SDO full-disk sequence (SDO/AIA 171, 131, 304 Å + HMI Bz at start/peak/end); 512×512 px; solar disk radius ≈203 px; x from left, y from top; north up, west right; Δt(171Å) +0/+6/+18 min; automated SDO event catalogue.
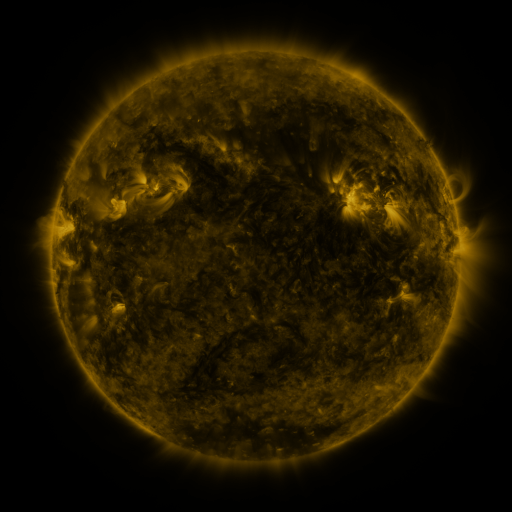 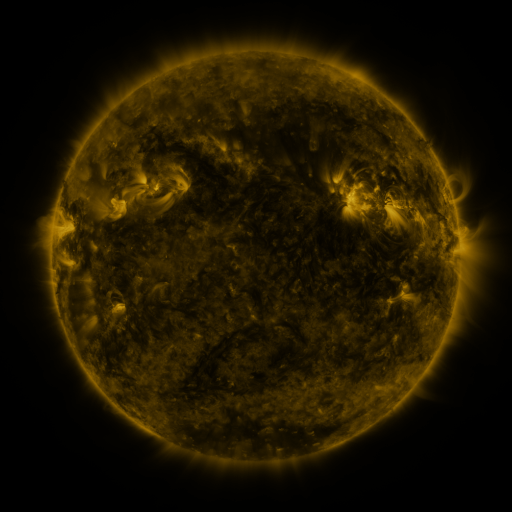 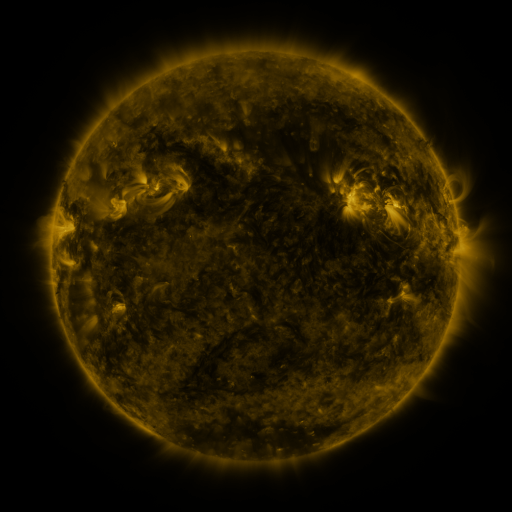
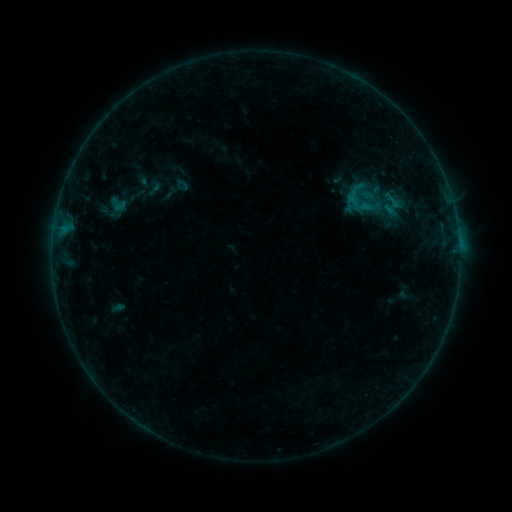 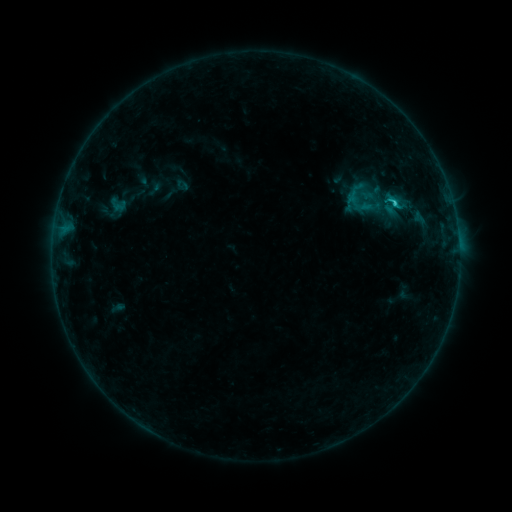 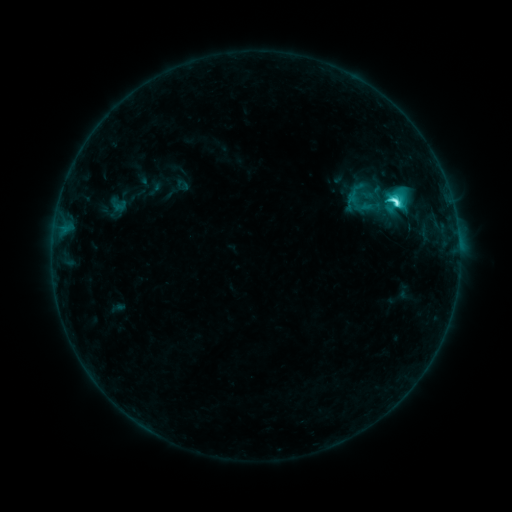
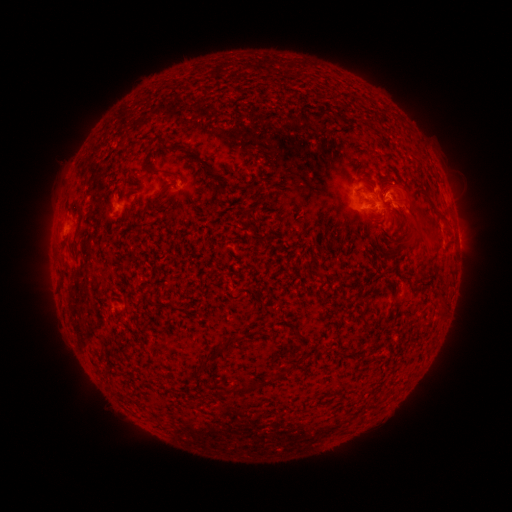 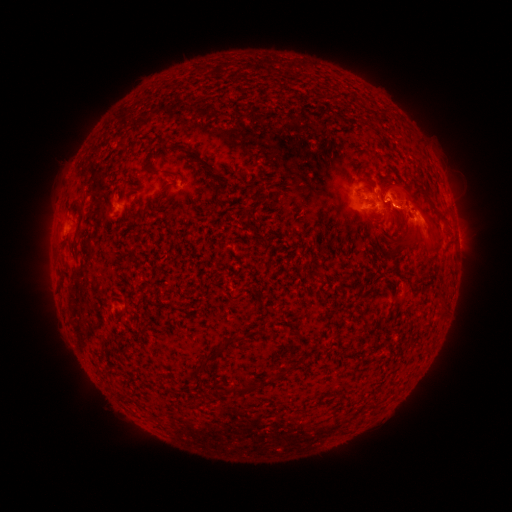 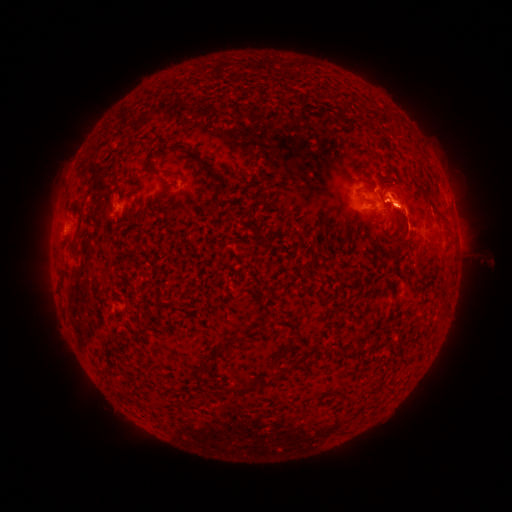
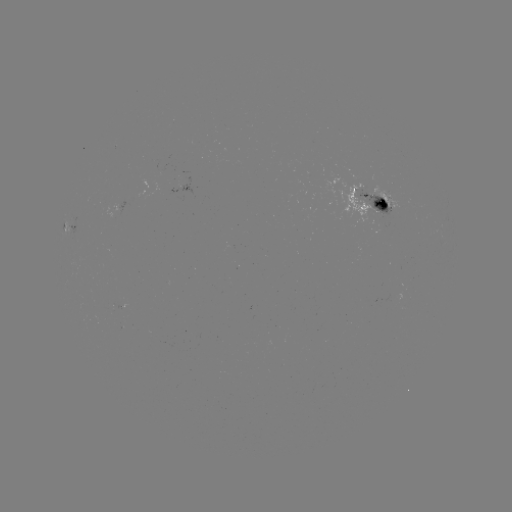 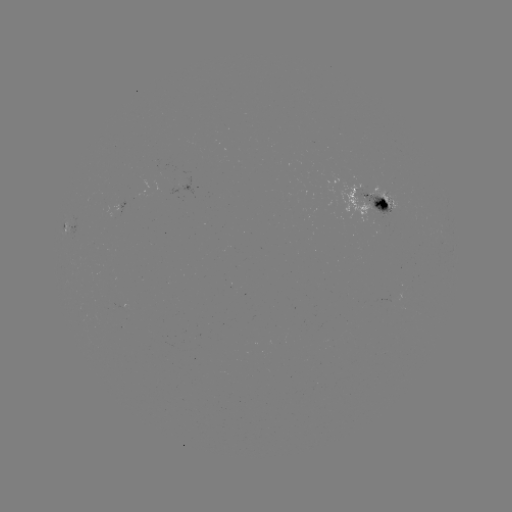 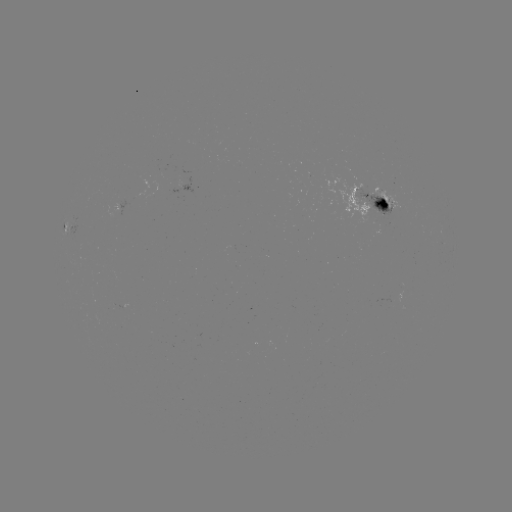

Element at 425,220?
eruption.